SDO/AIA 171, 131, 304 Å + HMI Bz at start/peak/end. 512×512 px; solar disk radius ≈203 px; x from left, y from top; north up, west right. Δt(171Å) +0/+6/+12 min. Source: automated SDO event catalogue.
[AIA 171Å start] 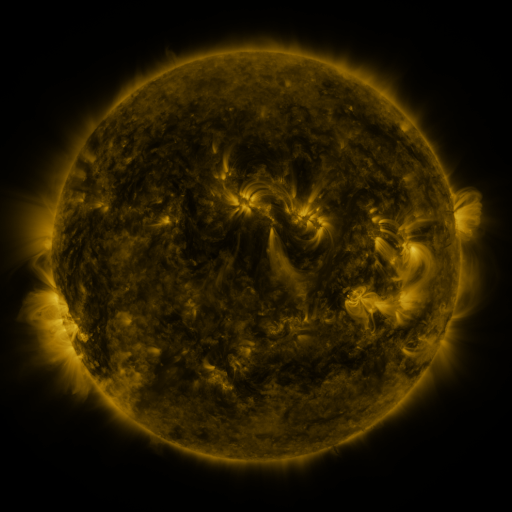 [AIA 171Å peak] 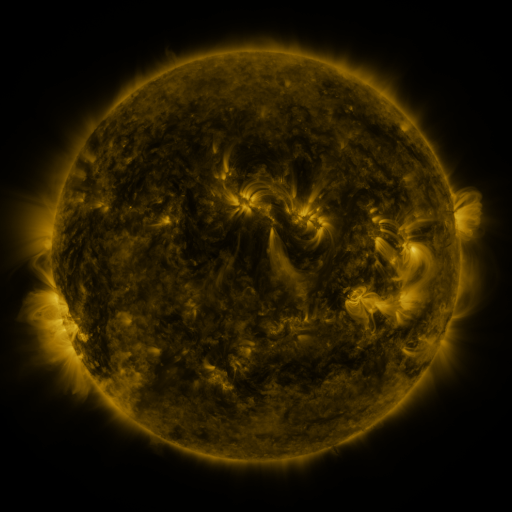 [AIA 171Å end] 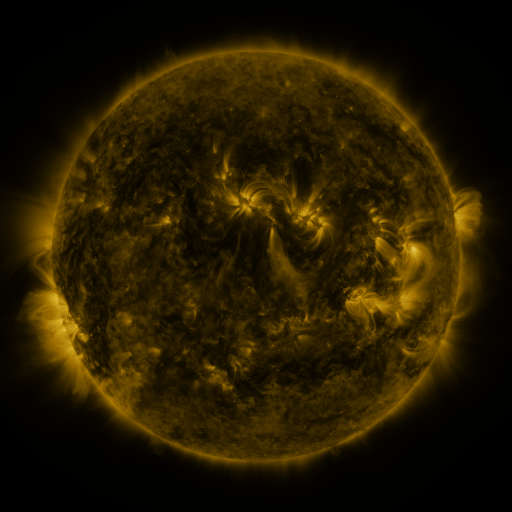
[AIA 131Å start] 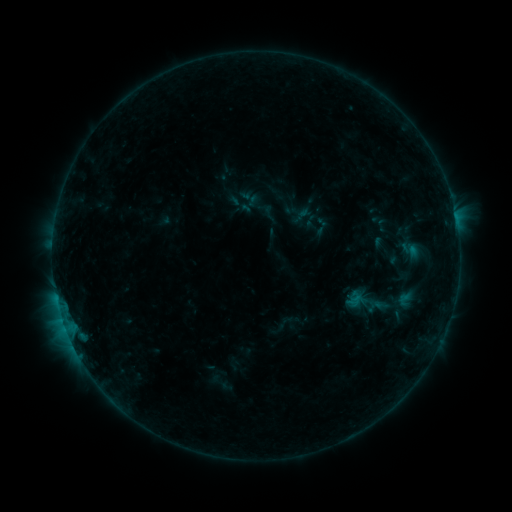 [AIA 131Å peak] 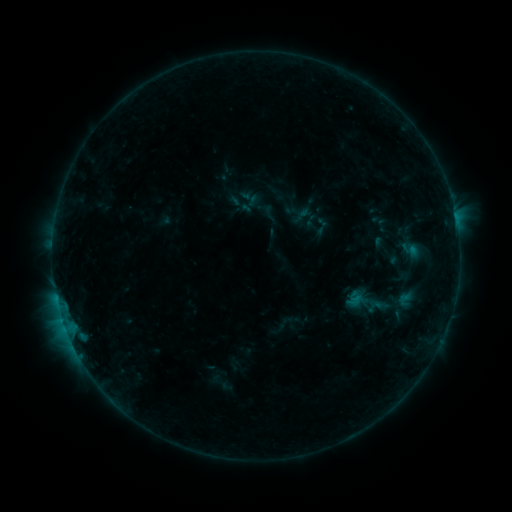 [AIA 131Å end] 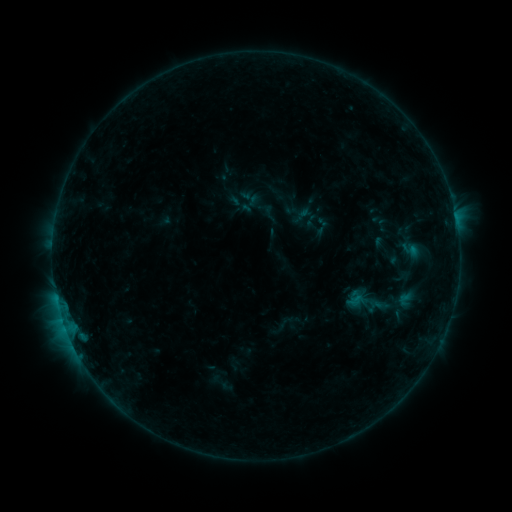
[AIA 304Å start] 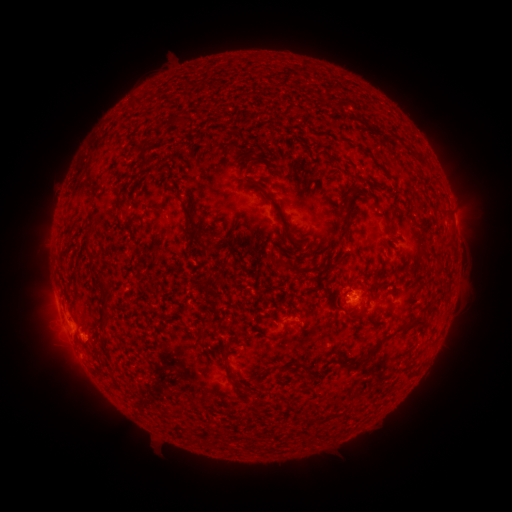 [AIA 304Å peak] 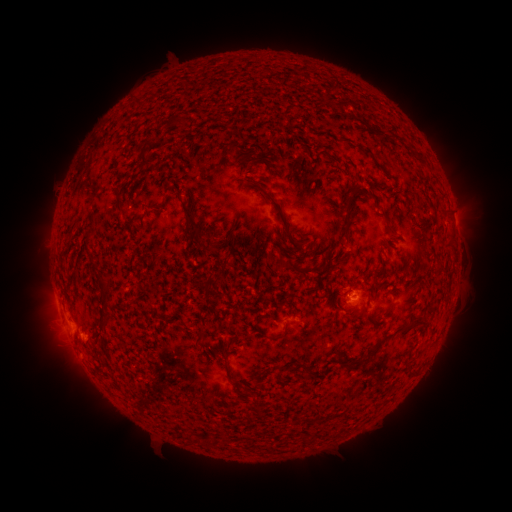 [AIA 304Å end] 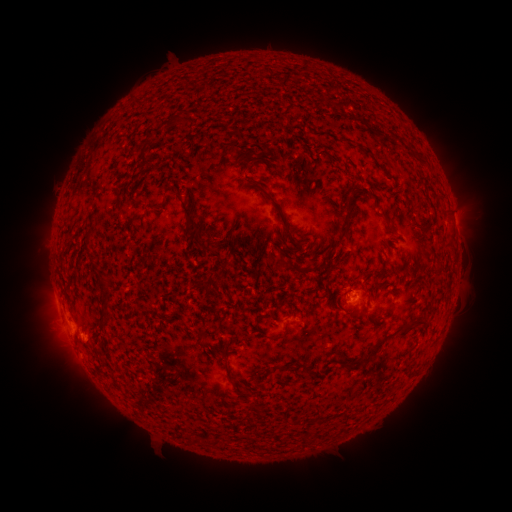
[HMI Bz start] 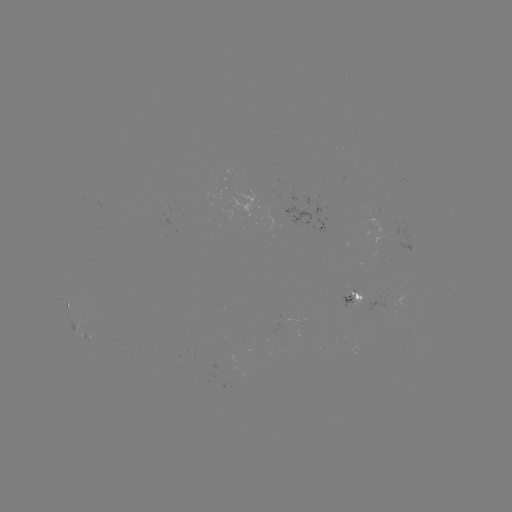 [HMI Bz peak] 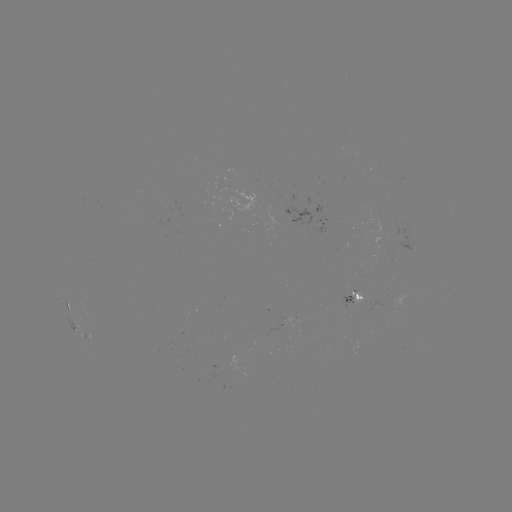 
nothing was catalogued: no classed flare, no EUV trigger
